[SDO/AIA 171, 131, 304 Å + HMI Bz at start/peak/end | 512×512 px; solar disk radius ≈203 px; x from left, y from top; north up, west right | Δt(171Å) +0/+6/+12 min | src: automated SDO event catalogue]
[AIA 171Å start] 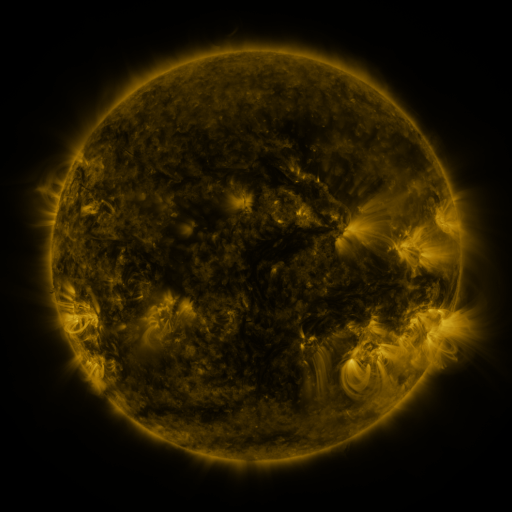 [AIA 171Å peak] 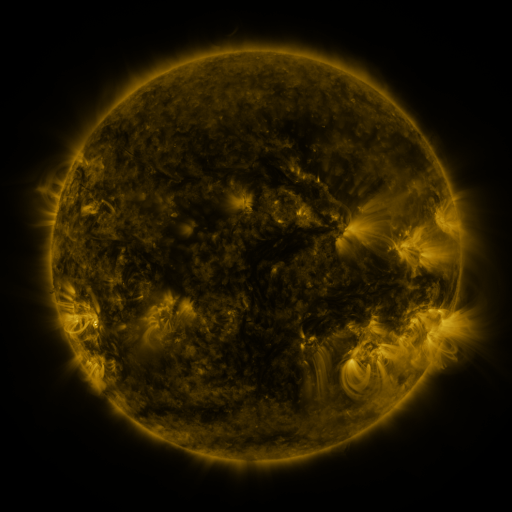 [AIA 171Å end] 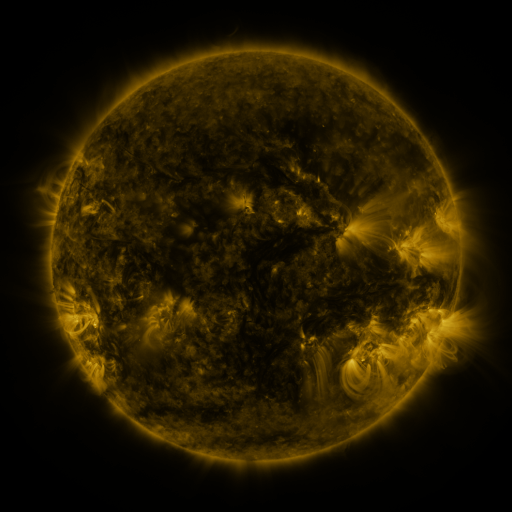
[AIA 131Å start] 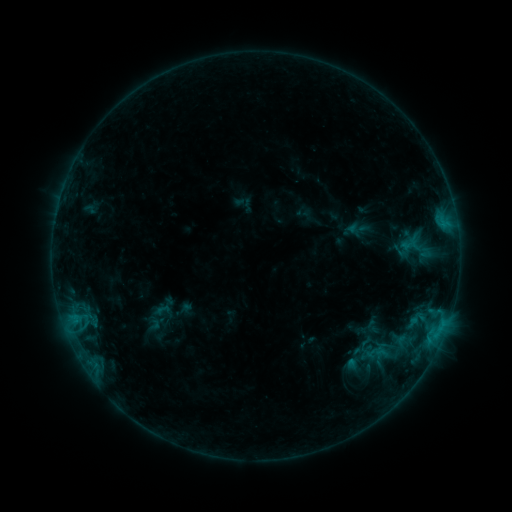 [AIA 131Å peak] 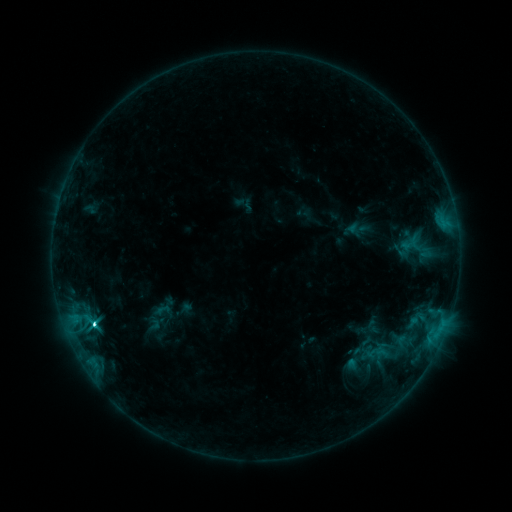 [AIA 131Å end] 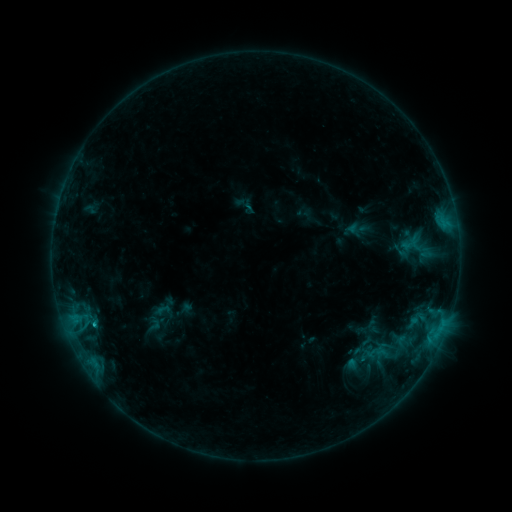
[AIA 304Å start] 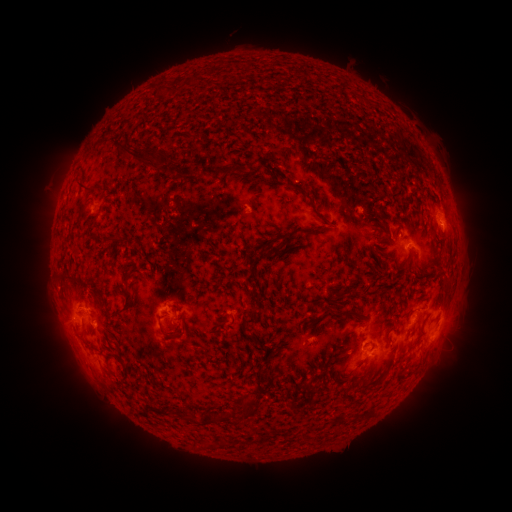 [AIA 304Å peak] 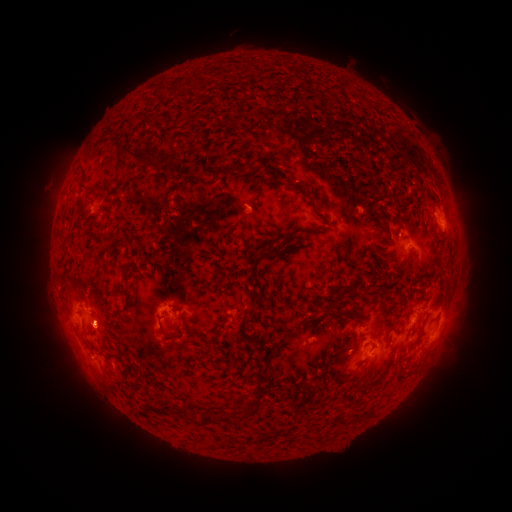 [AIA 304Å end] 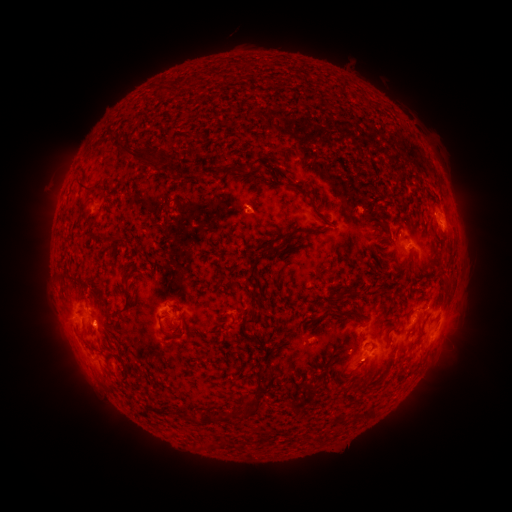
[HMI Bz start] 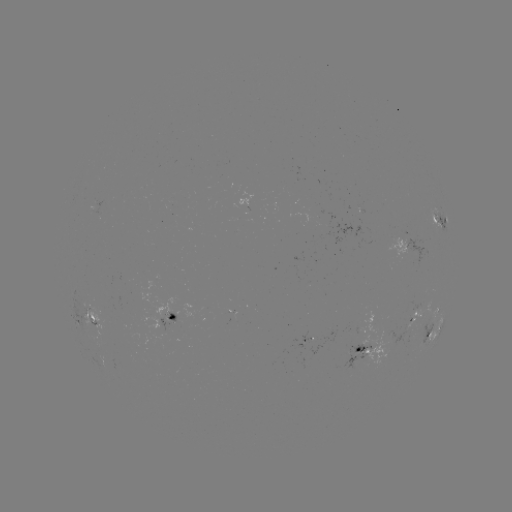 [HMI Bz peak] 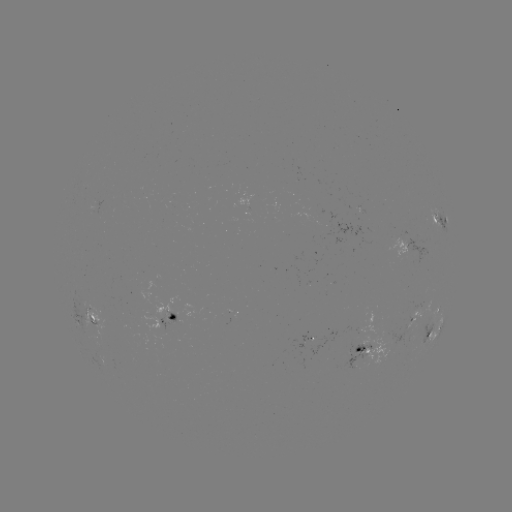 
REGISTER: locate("C3.5 flare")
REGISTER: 95,322